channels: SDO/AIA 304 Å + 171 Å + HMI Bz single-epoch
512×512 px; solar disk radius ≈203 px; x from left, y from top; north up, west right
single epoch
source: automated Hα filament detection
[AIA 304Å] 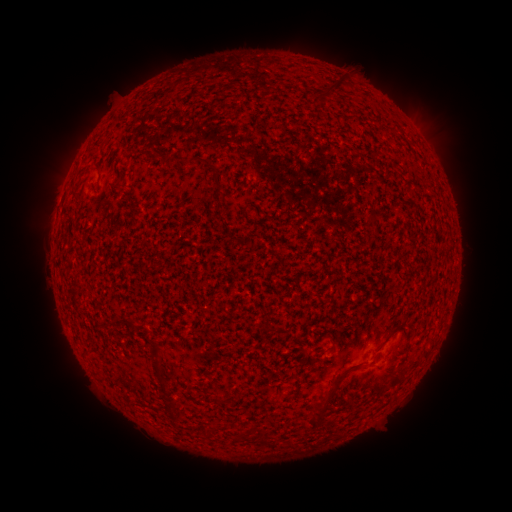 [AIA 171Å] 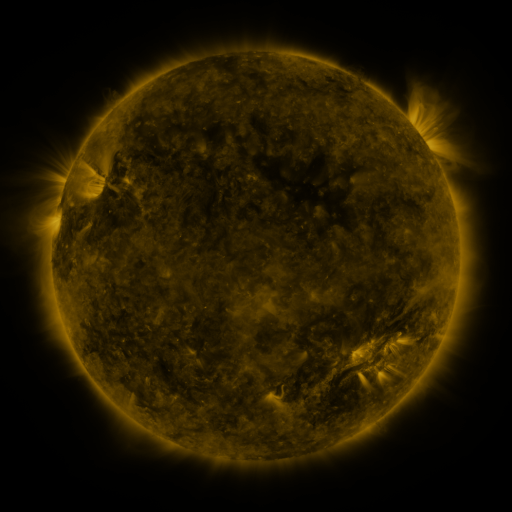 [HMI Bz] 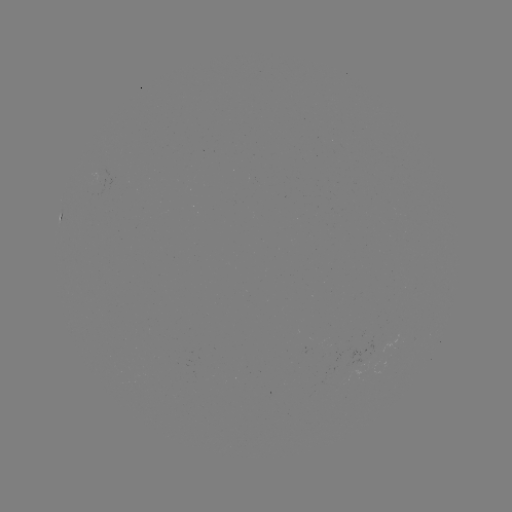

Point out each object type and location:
filament: <bbox>325, 80, 340, 95</bbox>
filament: <bbox>212, 173, 225, 197</bbox>
filament: <bbox>217, 212, 228, 222</bbox>
filament: <bbox>387, 322, 400, 337</bbox>
filament: <bbox>266, 325, 277, 333</bbox>
filament: <bbox>149, 342, 162, 376</bbox>
filament: <bbox>306, 371, 343, 428</bbox>
filament: <bbox>232, 391, 242, 399</bbox>
filament: <bbox>215, 395, 227, 405</bbox>
